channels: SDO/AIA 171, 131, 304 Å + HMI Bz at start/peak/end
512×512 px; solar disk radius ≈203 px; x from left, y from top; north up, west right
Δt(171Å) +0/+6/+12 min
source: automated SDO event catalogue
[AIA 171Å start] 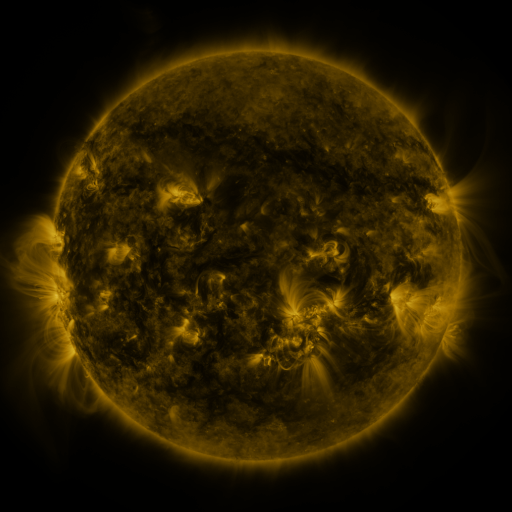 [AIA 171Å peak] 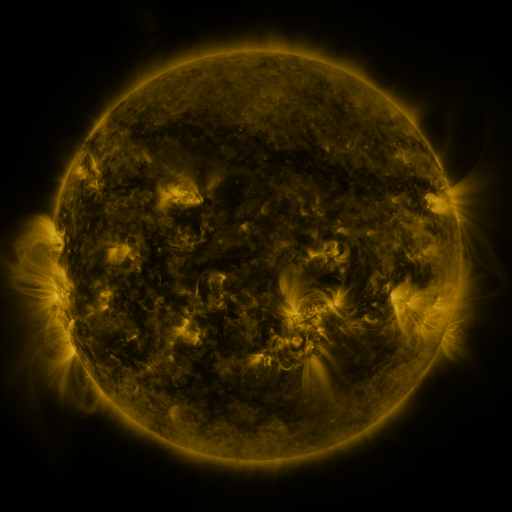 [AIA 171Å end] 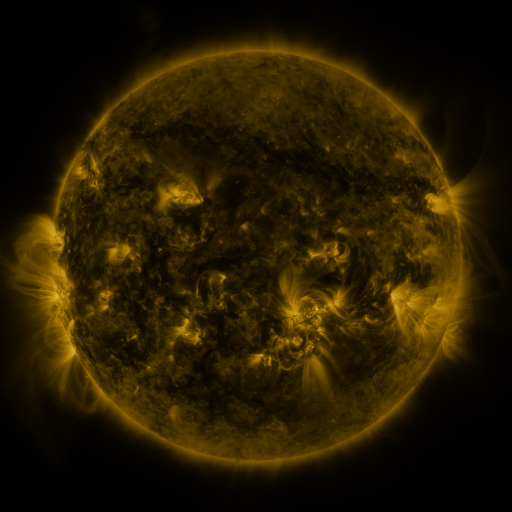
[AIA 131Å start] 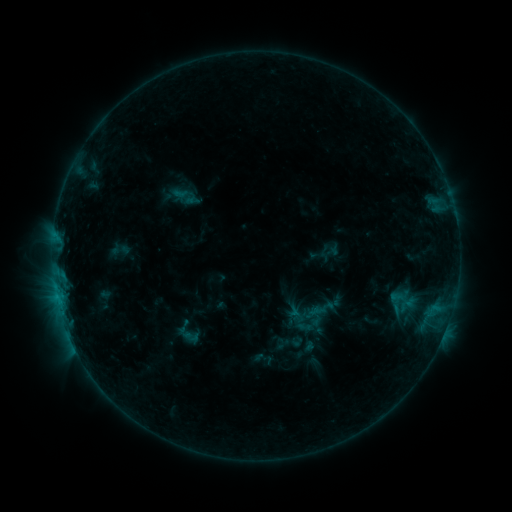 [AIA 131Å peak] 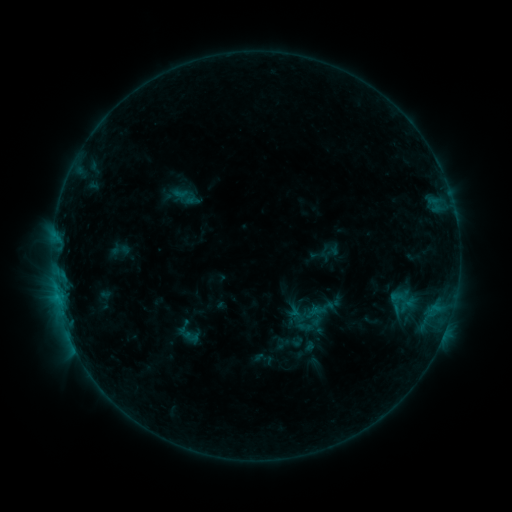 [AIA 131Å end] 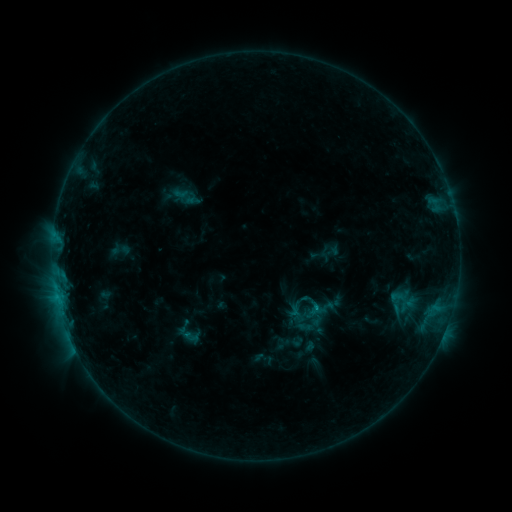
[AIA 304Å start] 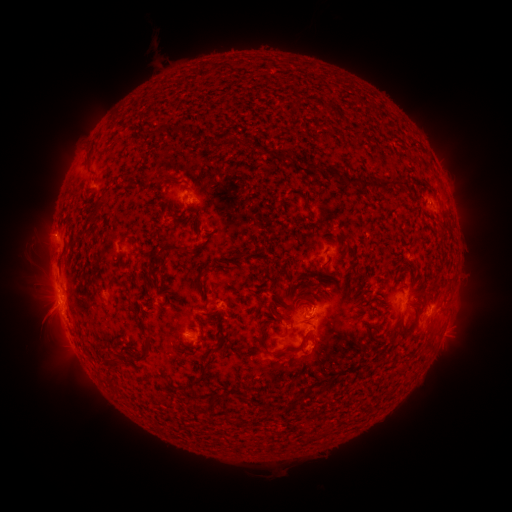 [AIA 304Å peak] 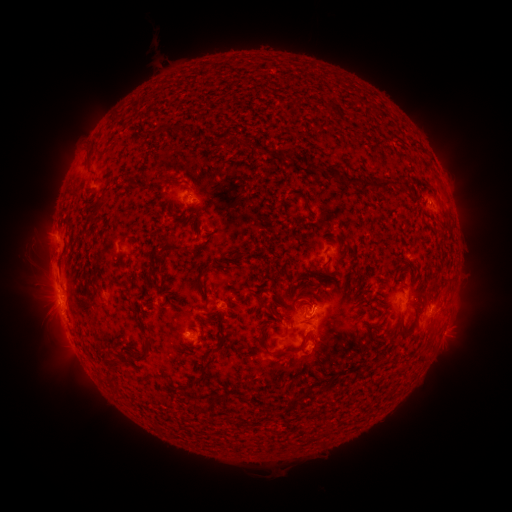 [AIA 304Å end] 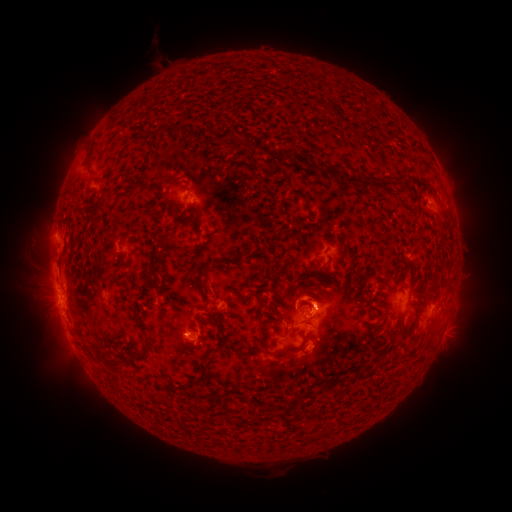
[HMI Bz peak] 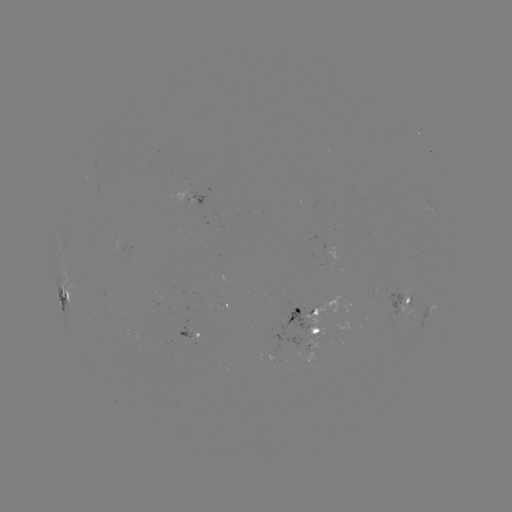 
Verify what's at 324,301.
eruption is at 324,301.